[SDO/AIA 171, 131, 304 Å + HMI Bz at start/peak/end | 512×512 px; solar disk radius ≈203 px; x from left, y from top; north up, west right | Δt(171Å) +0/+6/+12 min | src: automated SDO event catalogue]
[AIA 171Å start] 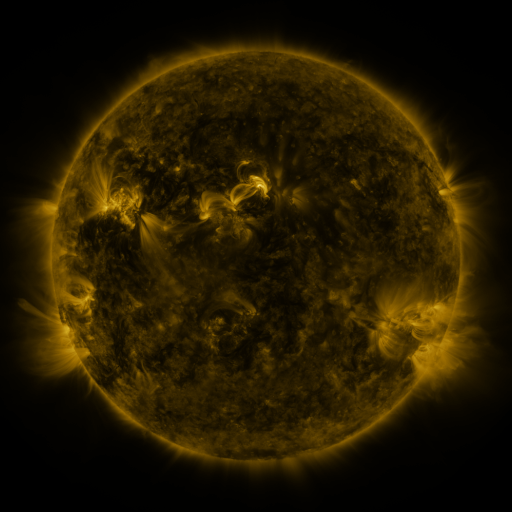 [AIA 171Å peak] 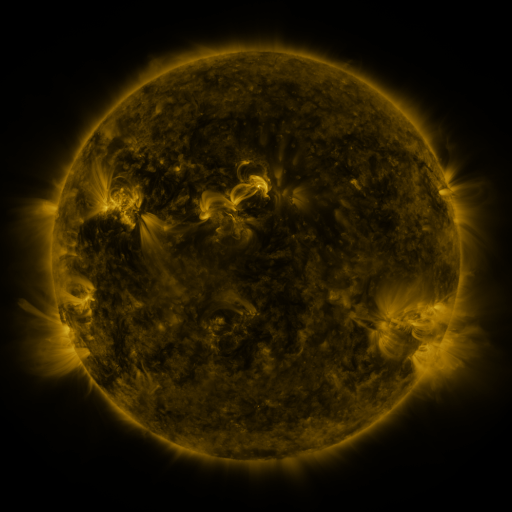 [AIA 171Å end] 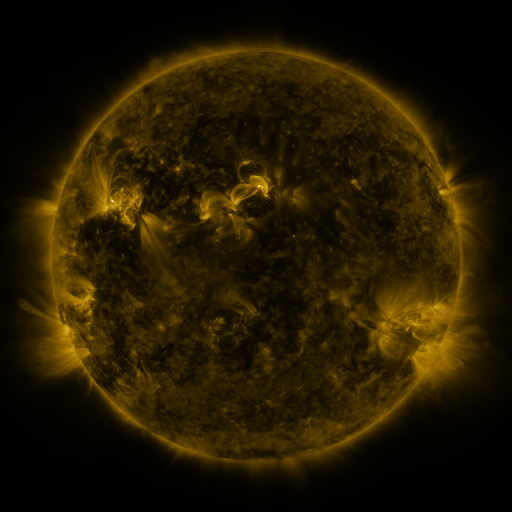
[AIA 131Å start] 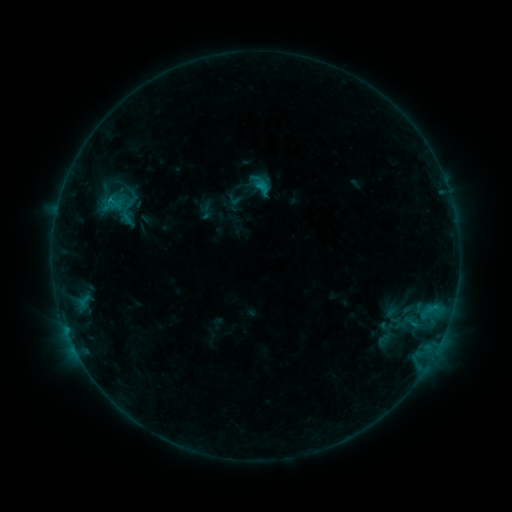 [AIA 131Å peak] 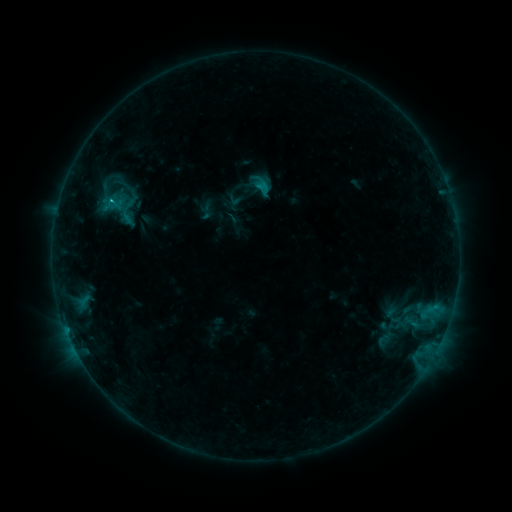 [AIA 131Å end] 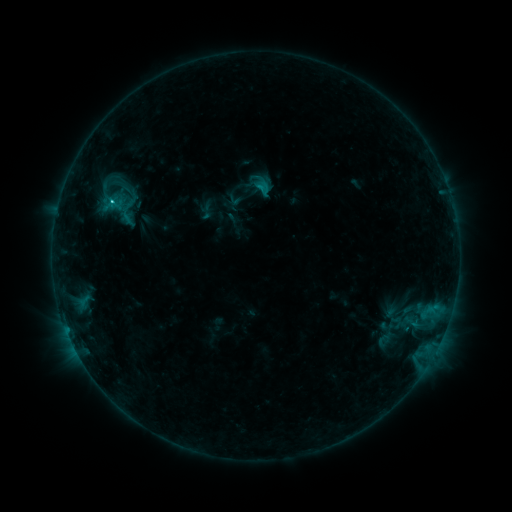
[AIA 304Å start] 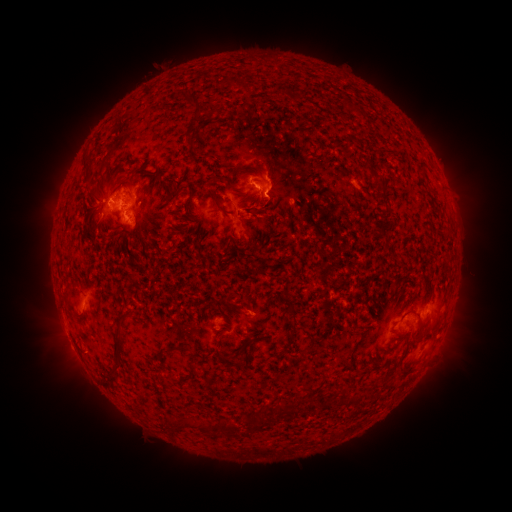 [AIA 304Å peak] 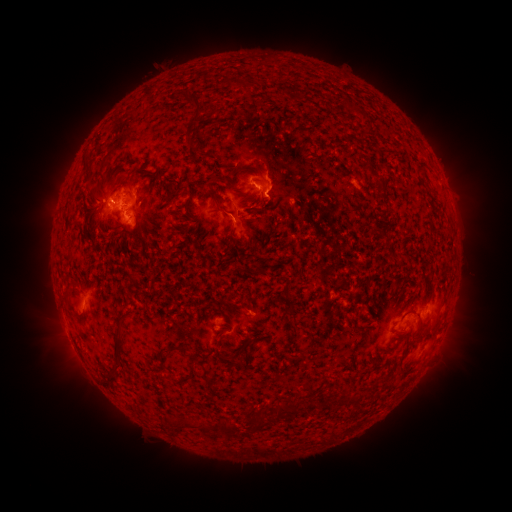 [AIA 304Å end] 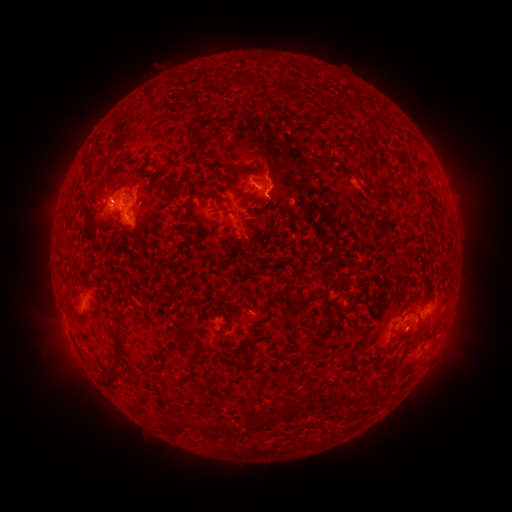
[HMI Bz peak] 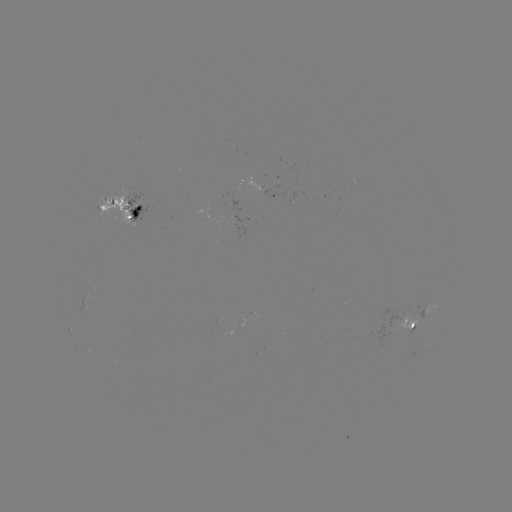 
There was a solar flare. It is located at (112, 205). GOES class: C1.8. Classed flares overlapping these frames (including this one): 1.